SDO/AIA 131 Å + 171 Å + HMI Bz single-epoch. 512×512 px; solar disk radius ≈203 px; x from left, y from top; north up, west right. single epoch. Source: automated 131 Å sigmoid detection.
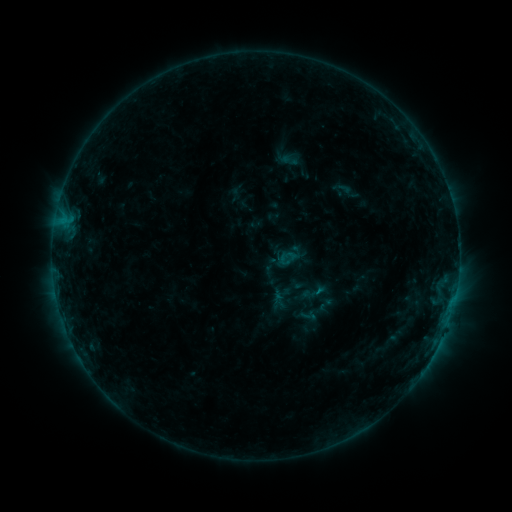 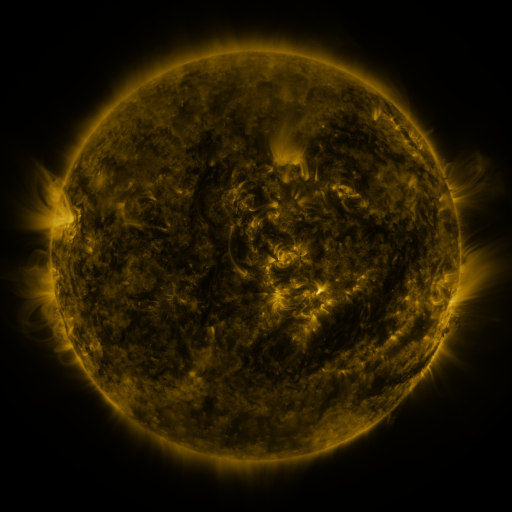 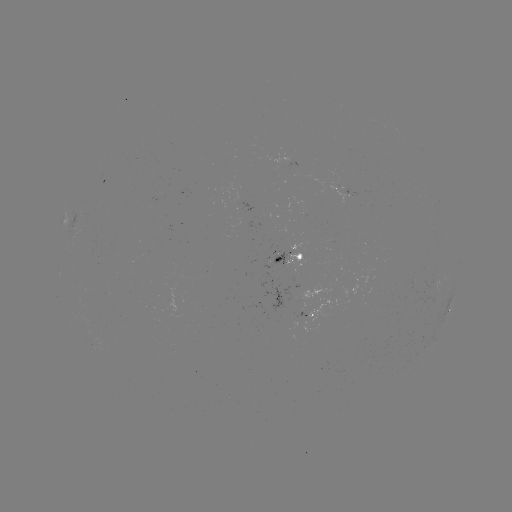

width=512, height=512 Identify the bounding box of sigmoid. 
[316, 295, 335, 314].